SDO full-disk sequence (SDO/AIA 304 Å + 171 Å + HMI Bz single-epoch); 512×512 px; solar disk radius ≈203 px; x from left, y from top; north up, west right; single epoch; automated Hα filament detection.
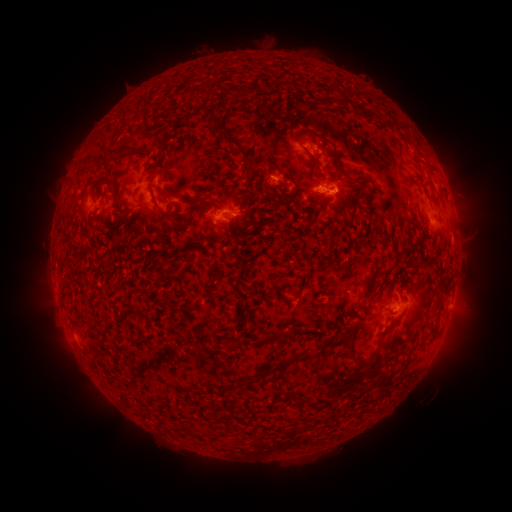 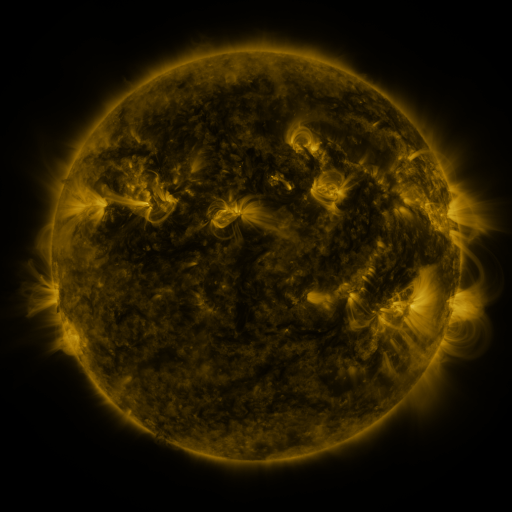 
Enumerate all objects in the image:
filament: (239, 90)
filament: (228, 137)
filament: (332, 147)
filament: (127, 150)
filament: (147, 152)
filament: (312, 159)
filament: (430, 169)
filament: (247, 175)
filament: (164, 177)
filament: (211, 202)
filament: (158, 208)
filament: (128, 218)
filament: (190, 219)
filament: (223, 236)
filament: (159, 255)
filament: (355, 304)
filament: (278, 337)
filament: (349, 343)
filament: (293, 360)
filament: (380, 364)
filament: (184, 427)
